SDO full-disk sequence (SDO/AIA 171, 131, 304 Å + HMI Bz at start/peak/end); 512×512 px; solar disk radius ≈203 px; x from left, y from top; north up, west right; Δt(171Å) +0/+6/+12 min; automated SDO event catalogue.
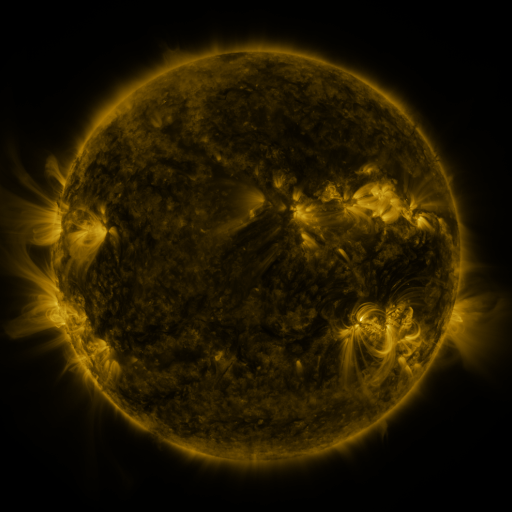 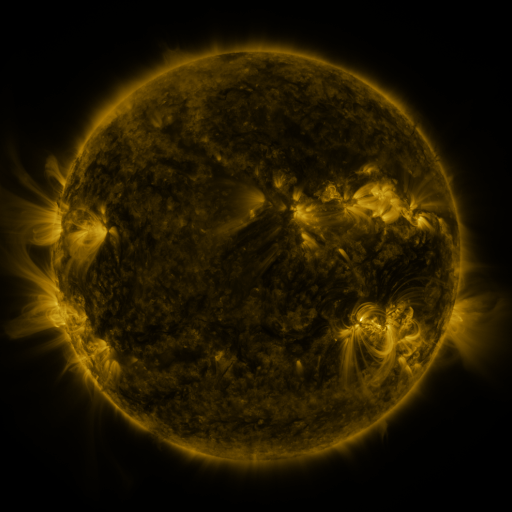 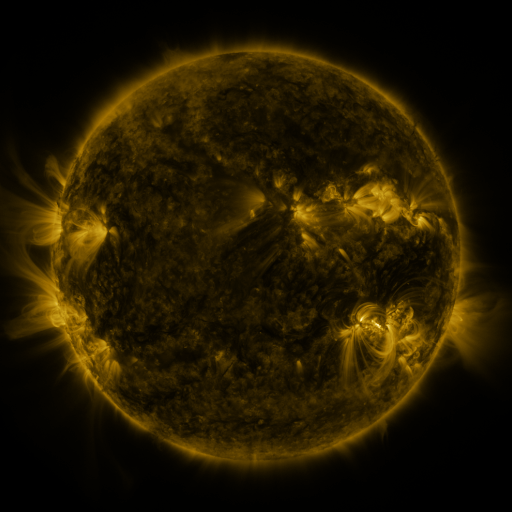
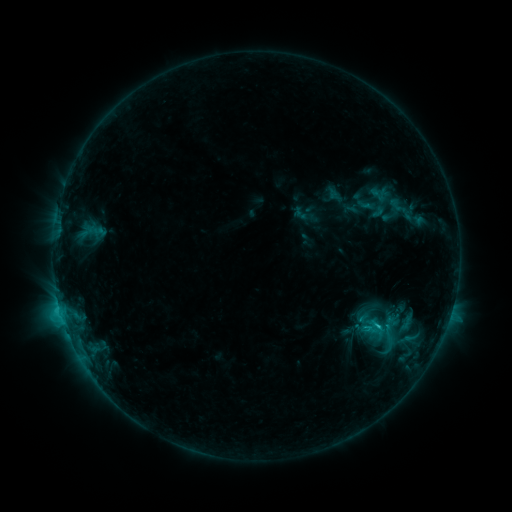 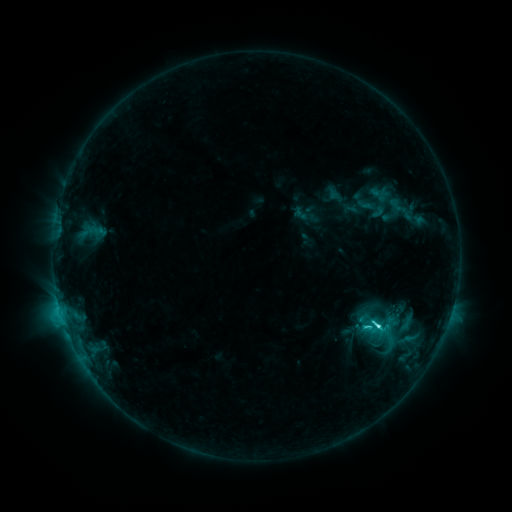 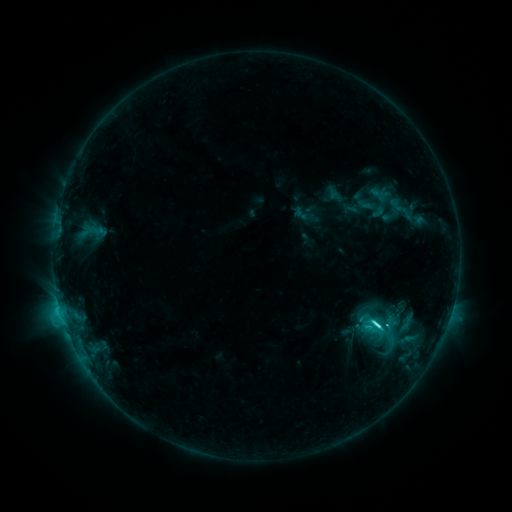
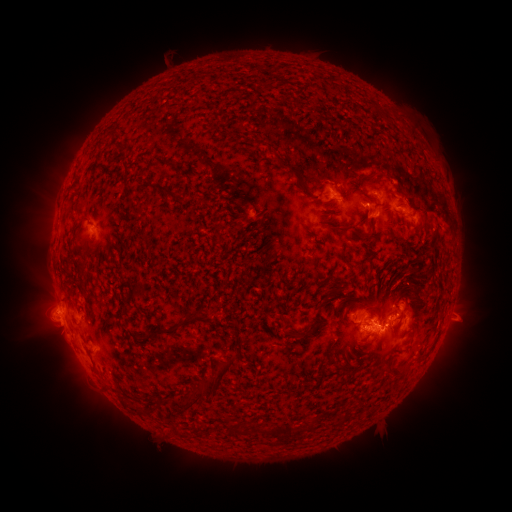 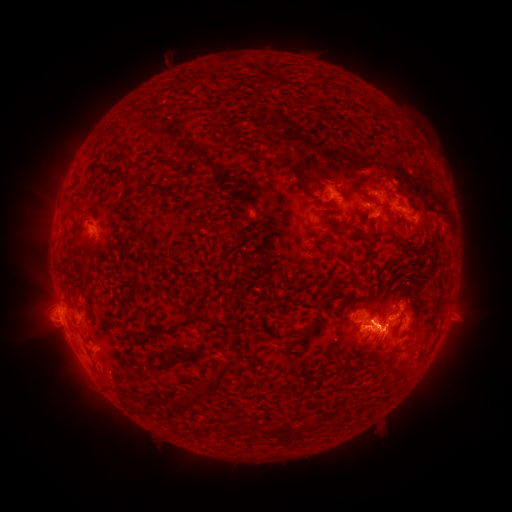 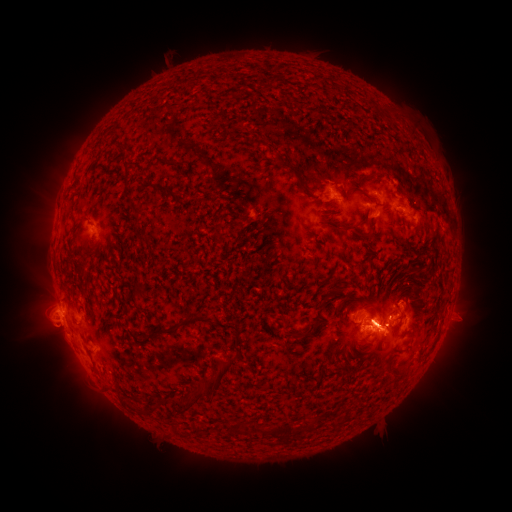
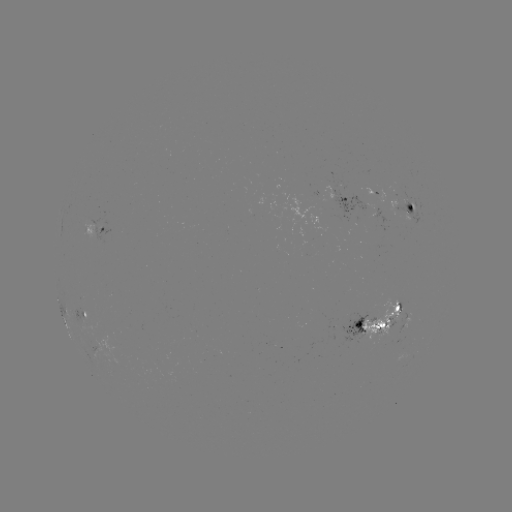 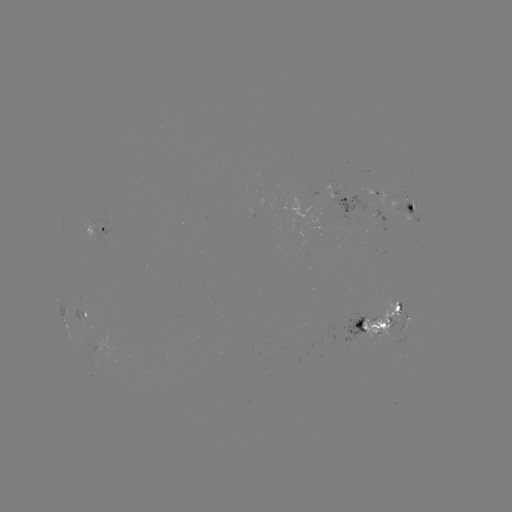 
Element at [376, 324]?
C6.8 flare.